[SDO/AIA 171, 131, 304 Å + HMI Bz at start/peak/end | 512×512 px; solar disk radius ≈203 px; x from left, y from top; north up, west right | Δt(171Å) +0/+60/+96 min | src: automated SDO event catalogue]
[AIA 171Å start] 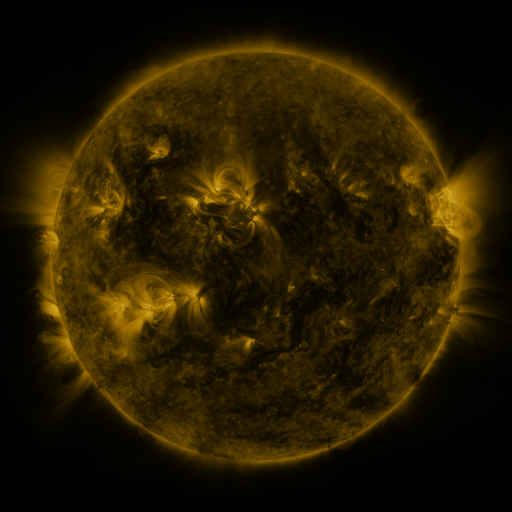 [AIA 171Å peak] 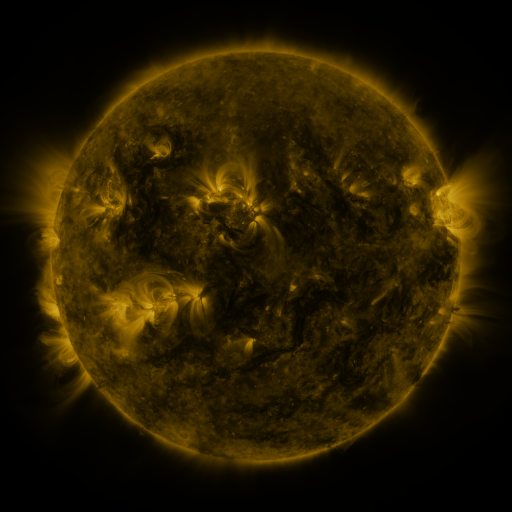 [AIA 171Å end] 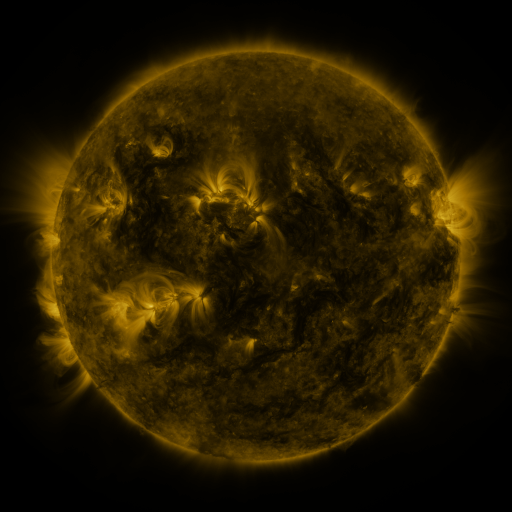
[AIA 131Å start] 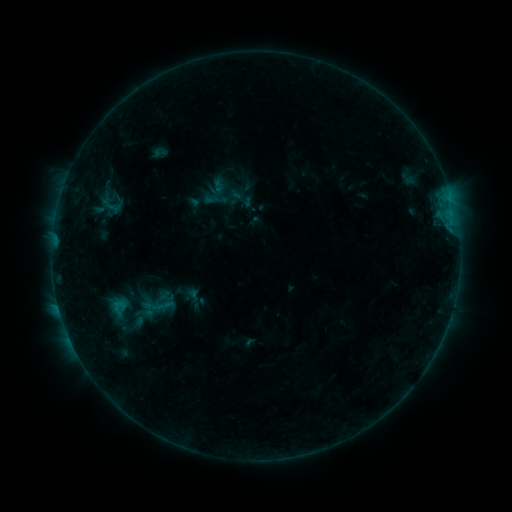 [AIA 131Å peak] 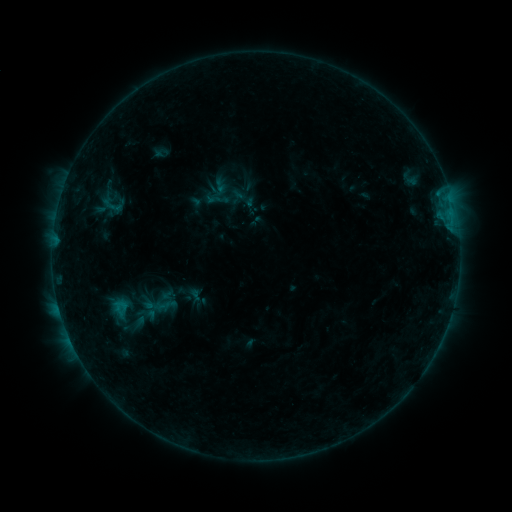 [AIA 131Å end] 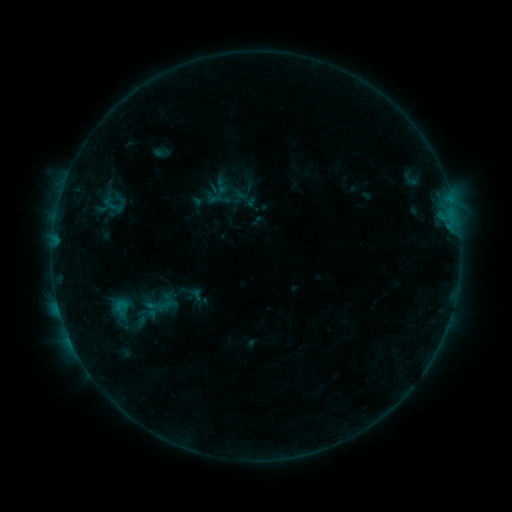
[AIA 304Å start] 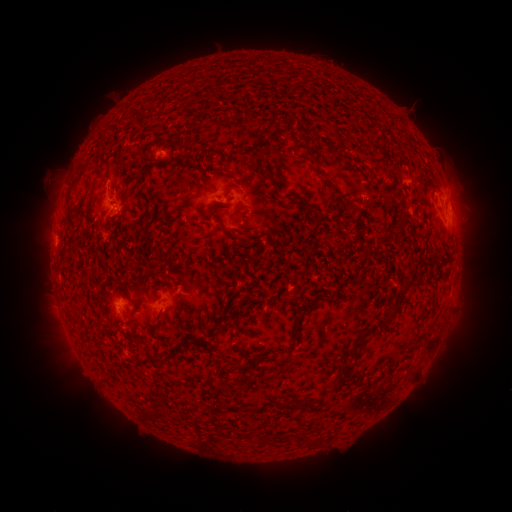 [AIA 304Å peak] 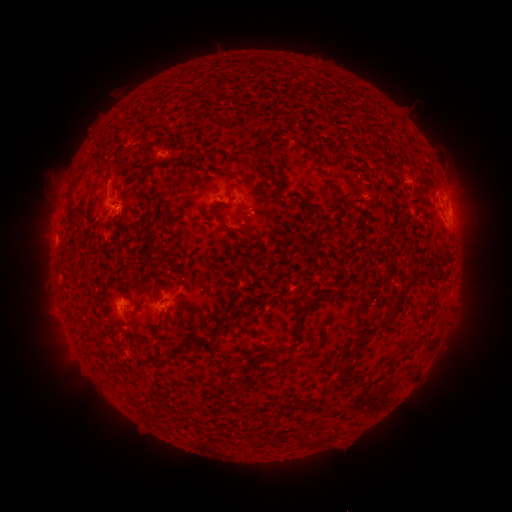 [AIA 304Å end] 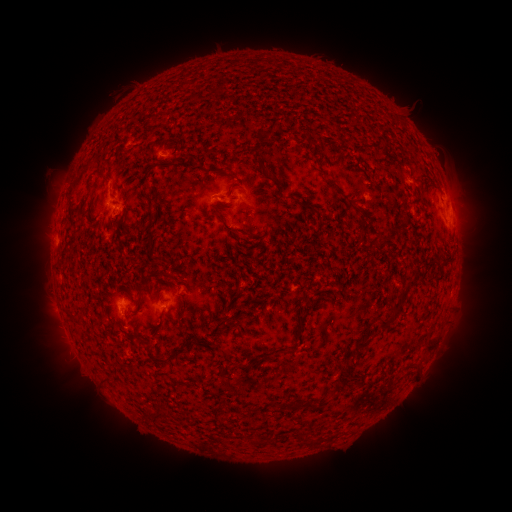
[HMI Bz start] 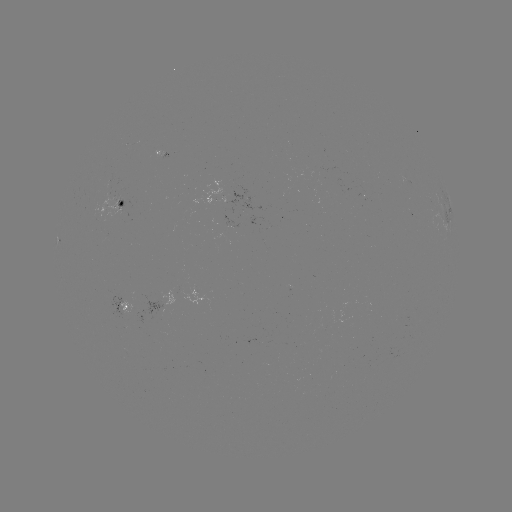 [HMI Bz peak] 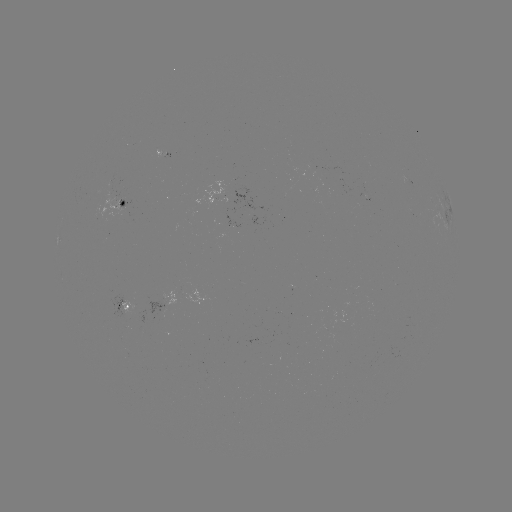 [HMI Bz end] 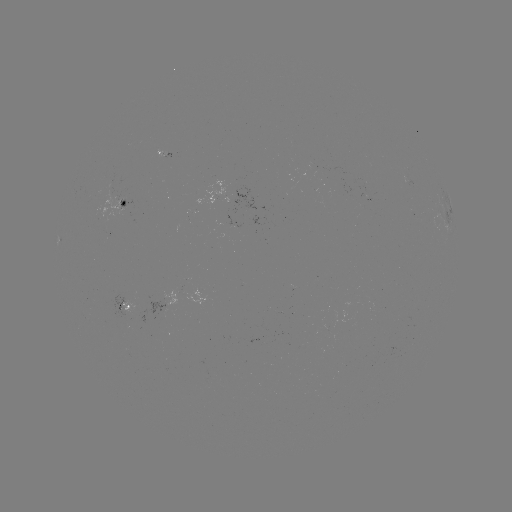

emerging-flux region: [109, 184, 118, 197]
